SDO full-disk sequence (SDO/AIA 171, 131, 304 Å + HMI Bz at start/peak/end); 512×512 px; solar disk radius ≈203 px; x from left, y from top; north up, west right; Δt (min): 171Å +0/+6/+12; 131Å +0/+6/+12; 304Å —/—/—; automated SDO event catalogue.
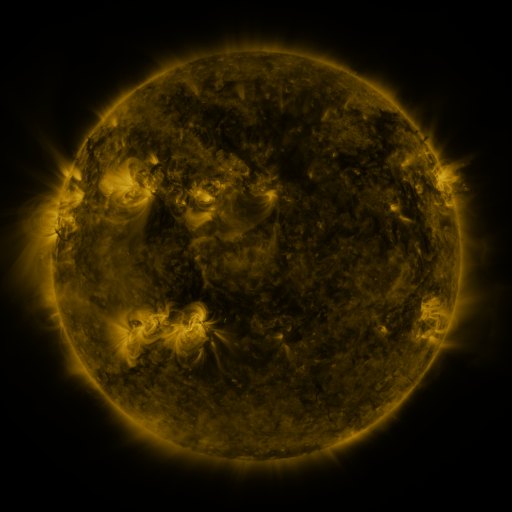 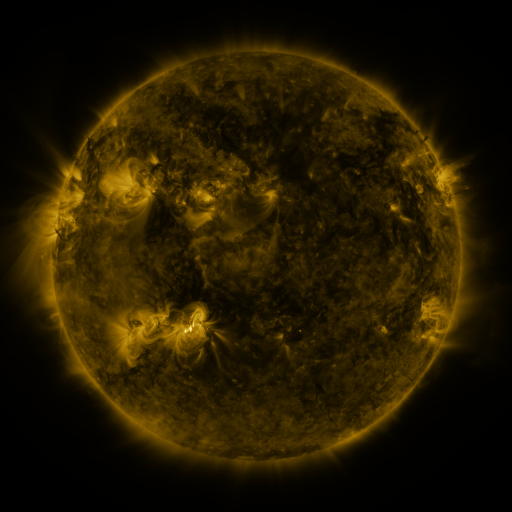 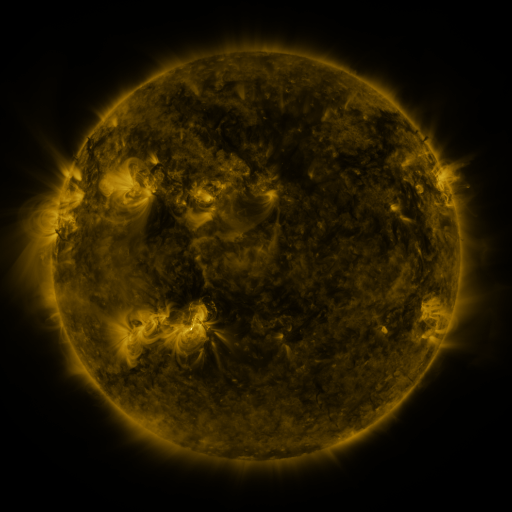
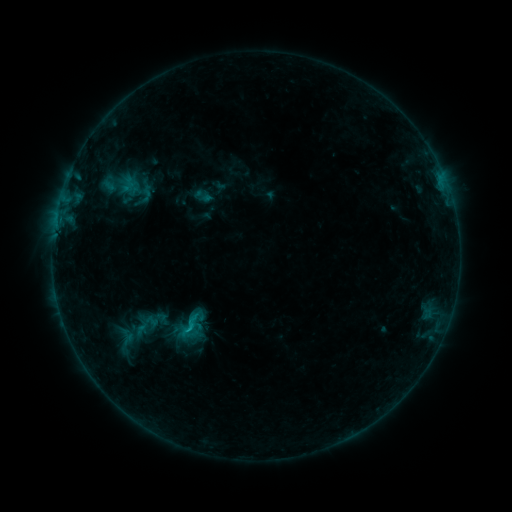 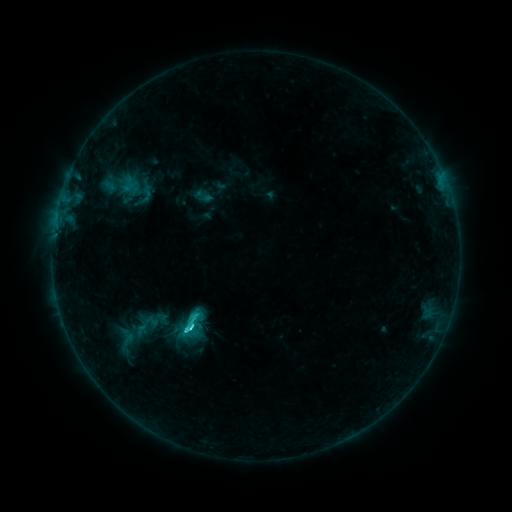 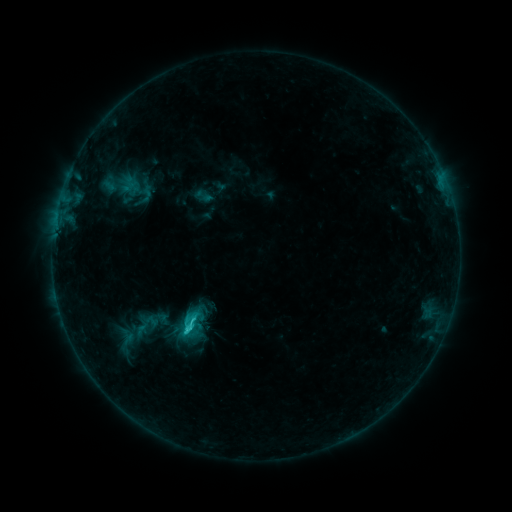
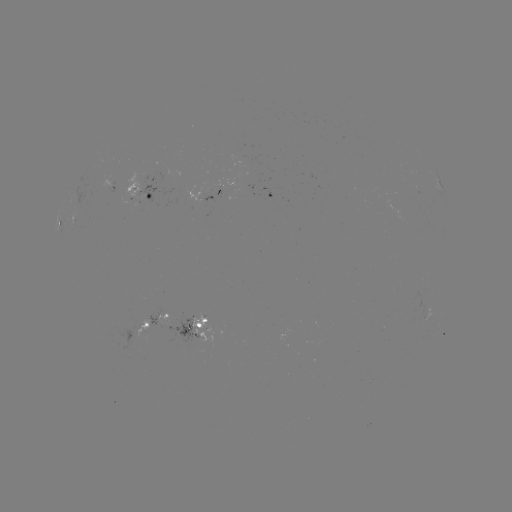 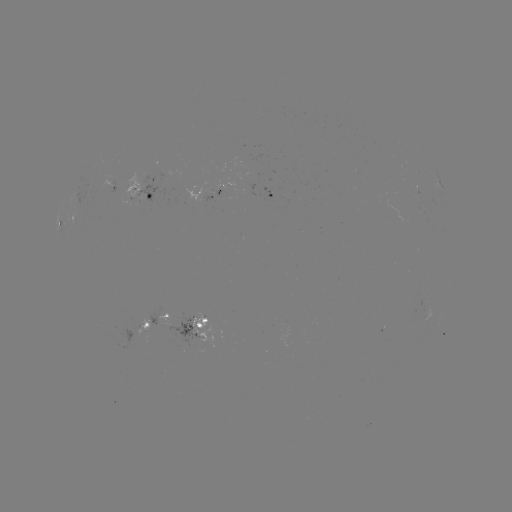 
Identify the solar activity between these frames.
C2.9 flare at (190, 327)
